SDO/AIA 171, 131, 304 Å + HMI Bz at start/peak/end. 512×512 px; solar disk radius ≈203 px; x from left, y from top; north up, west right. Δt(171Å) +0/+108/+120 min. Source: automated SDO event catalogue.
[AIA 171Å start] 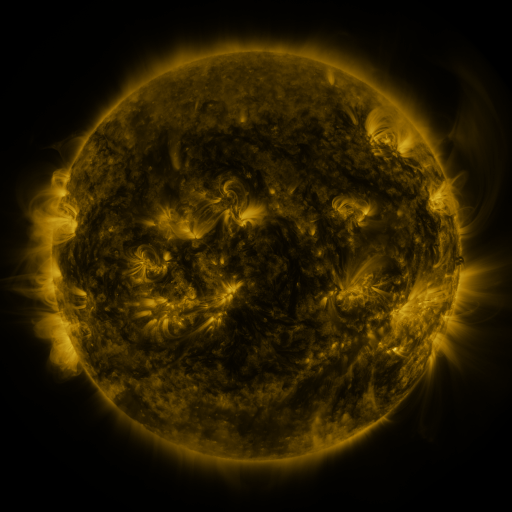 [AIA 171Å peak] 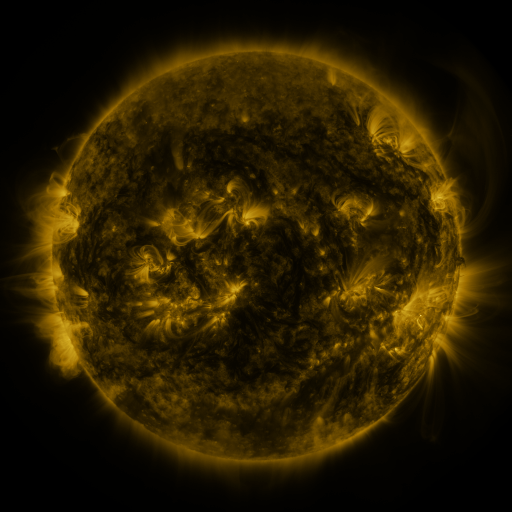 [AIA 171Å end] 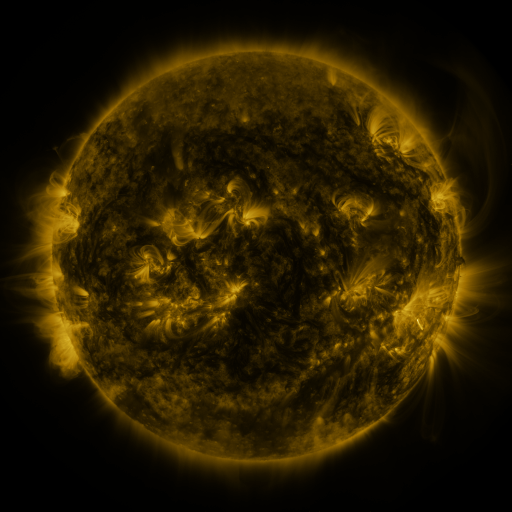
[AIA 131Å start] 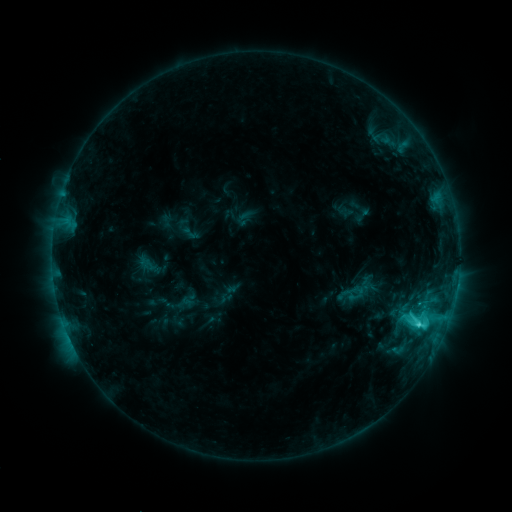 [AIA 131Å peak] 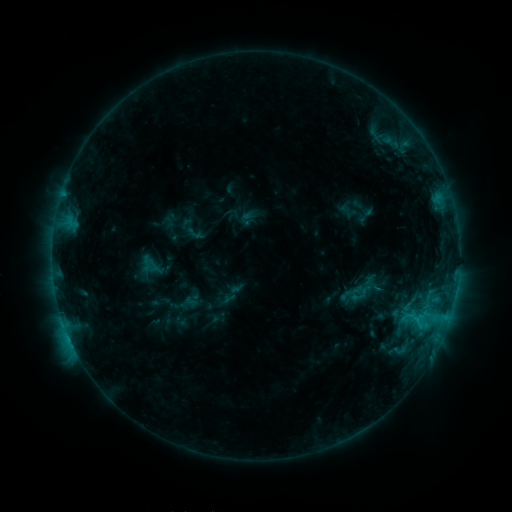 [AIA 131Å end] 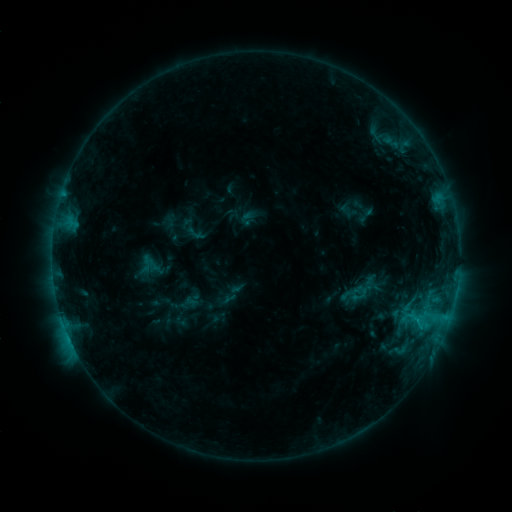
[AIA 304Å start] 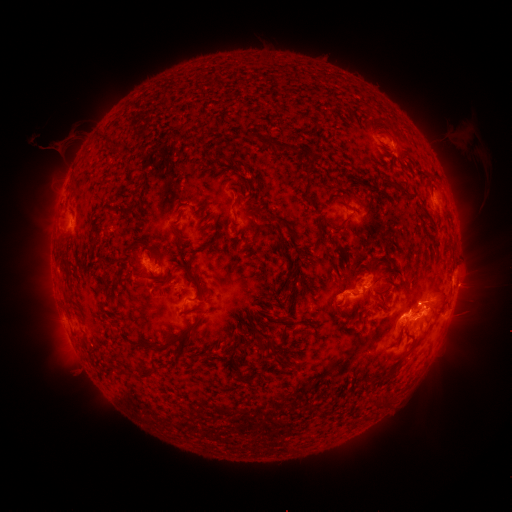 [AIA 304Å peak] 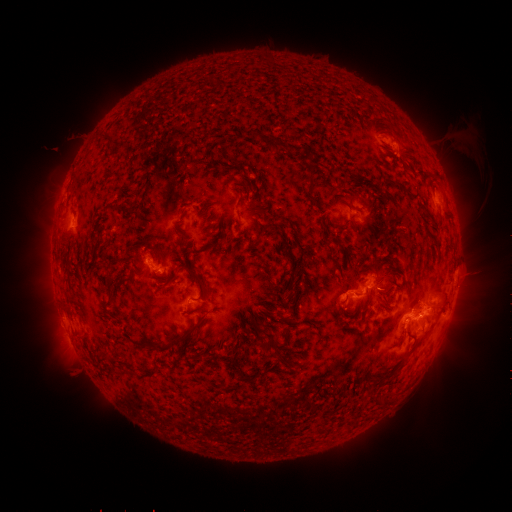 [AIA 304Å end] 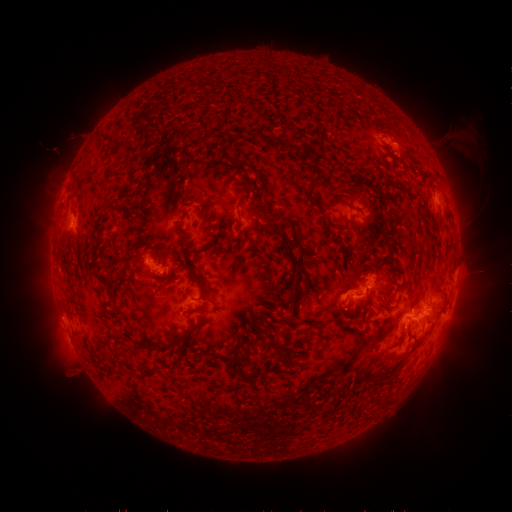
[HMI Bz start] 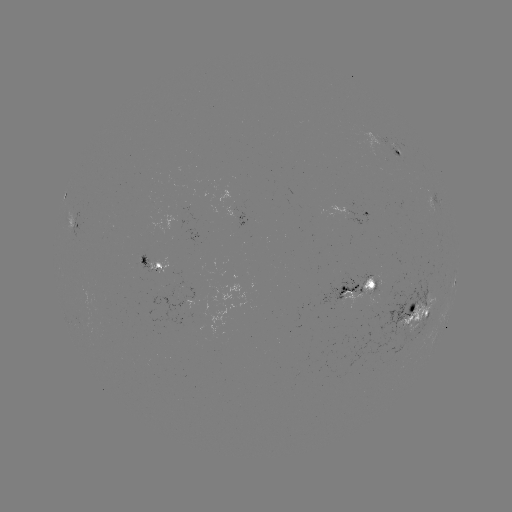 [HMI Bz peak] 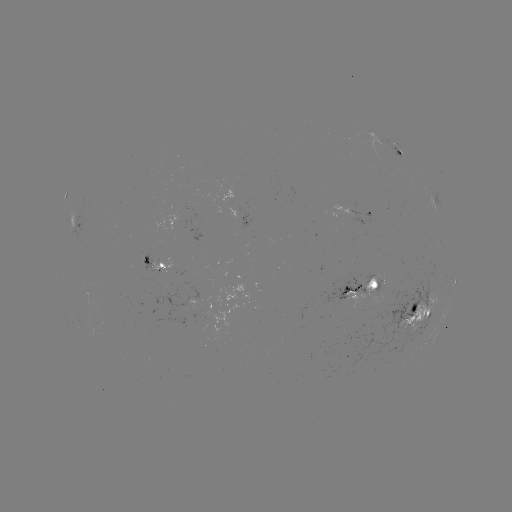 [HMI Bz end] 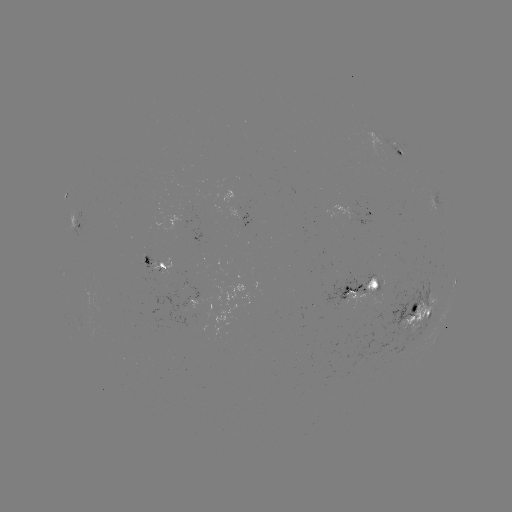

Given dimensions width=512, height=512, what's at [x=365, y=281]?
emerging-flux region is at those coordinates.